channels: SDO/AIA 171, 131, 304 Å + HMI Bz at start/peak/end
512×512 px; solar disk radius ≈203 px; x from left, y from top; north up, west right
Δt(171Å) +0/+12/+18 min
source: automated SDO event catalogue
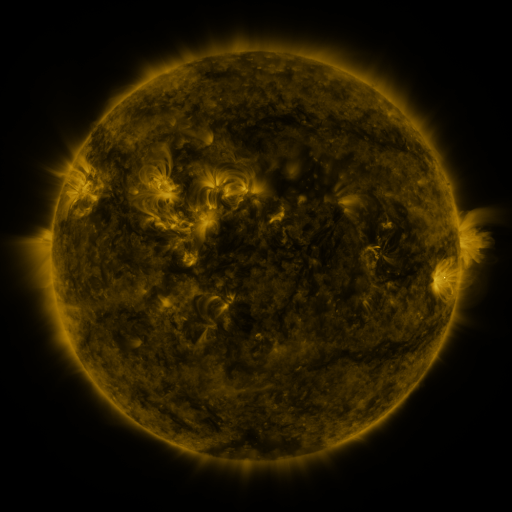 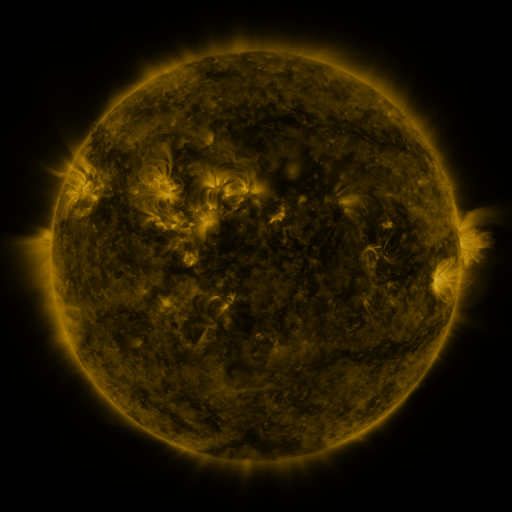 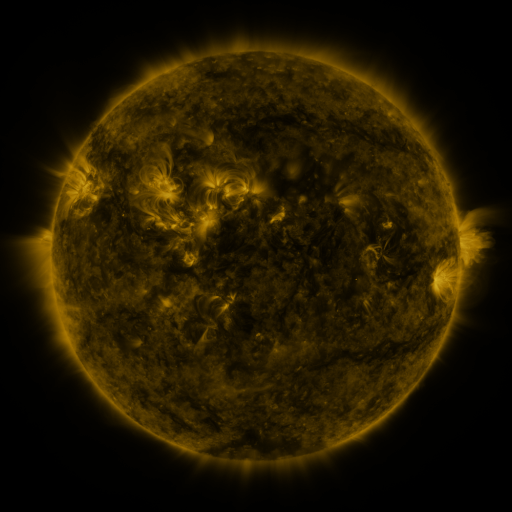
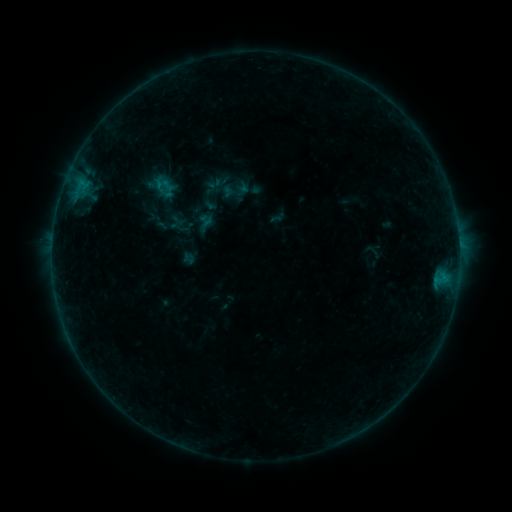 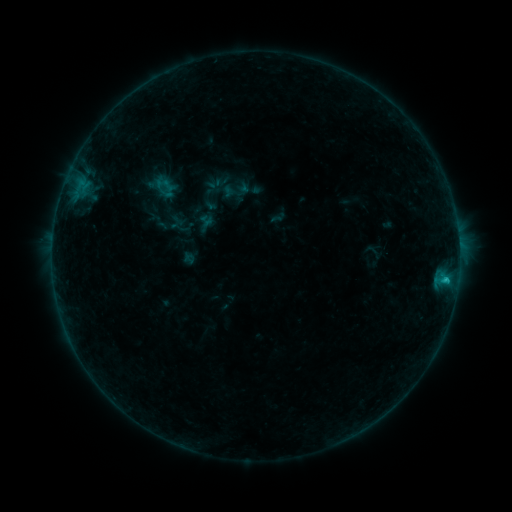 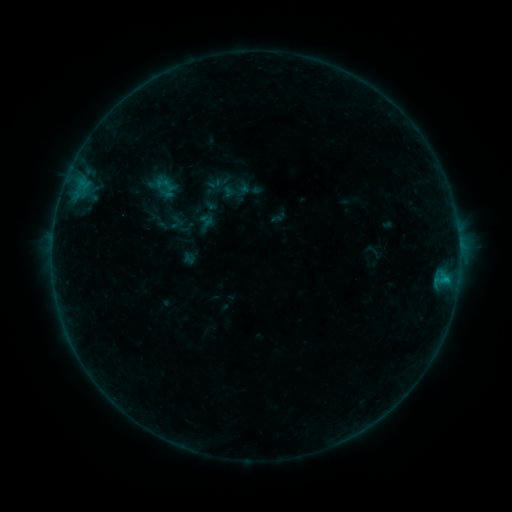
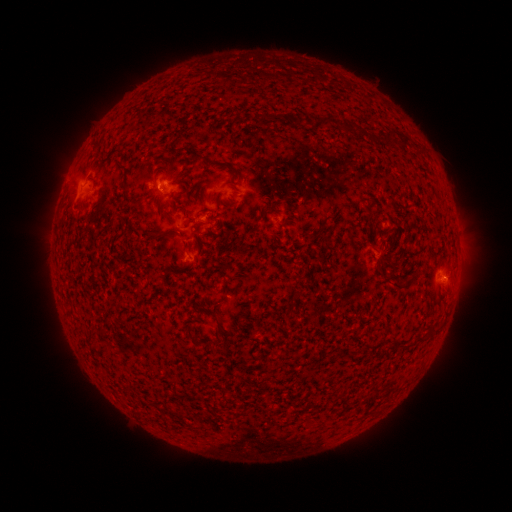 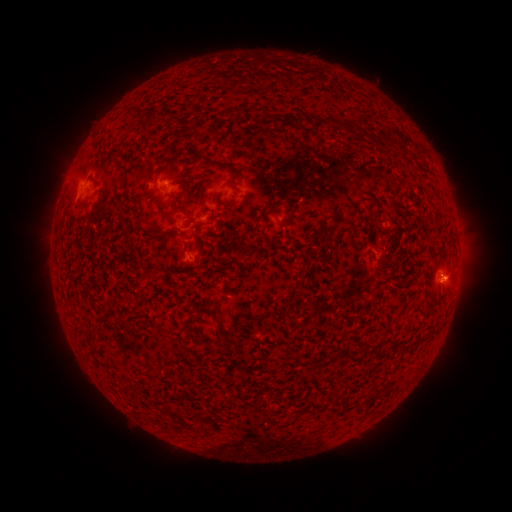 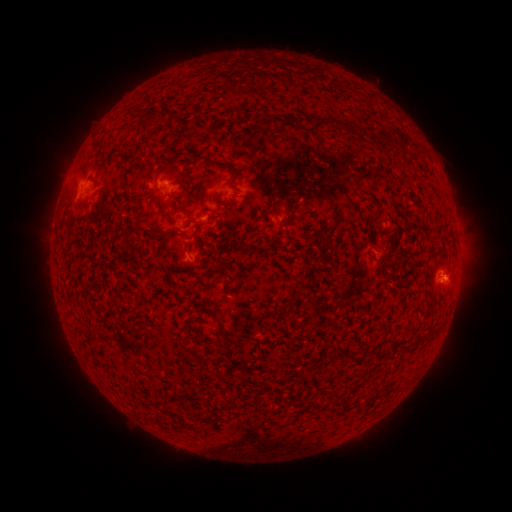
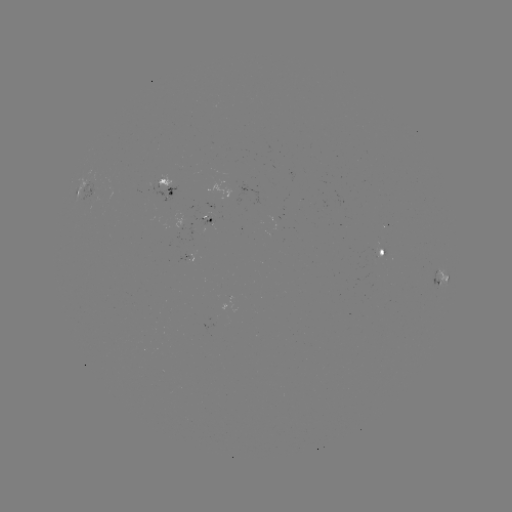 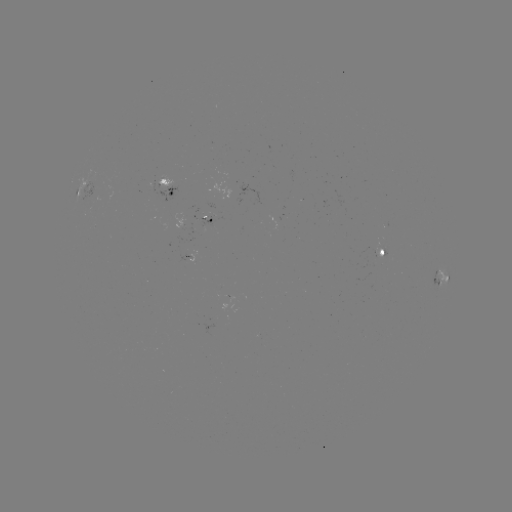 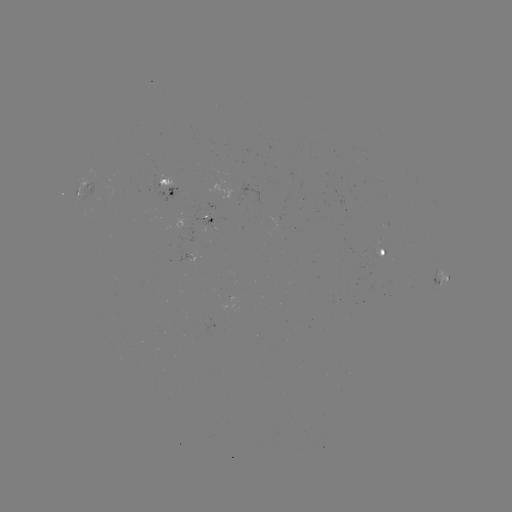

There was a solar flare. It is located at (445, 279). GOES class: B6.2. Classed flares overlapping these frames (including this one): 1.